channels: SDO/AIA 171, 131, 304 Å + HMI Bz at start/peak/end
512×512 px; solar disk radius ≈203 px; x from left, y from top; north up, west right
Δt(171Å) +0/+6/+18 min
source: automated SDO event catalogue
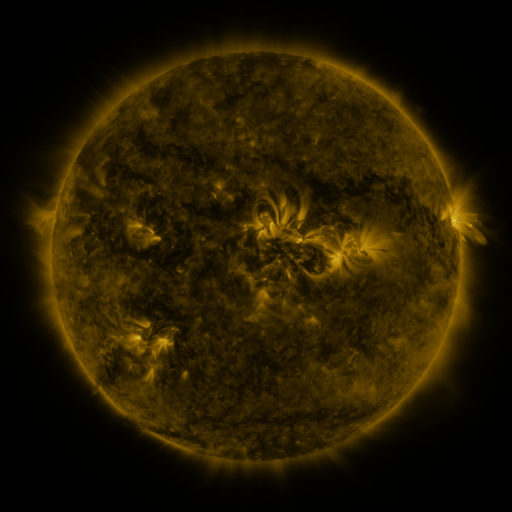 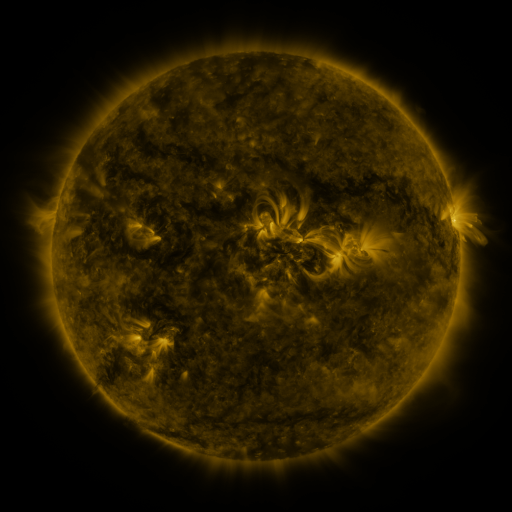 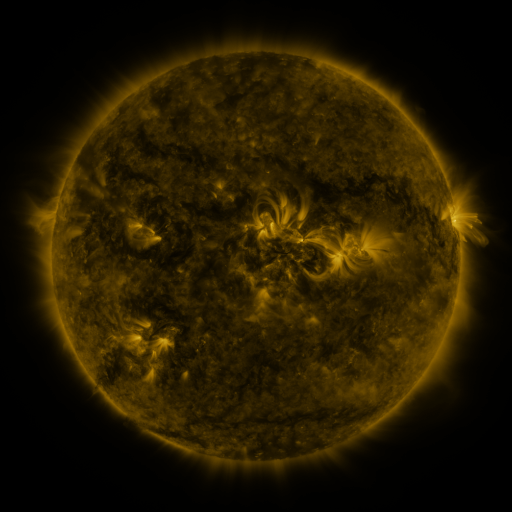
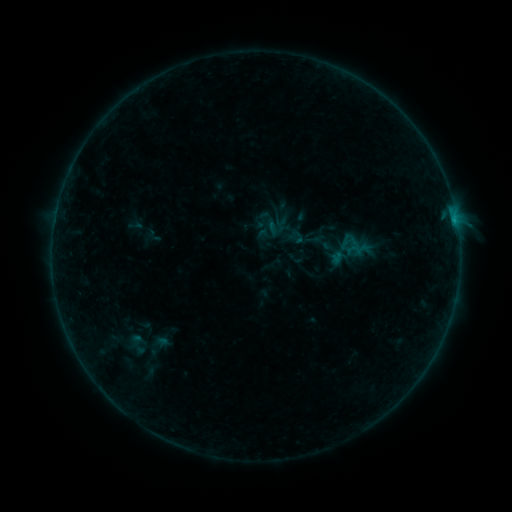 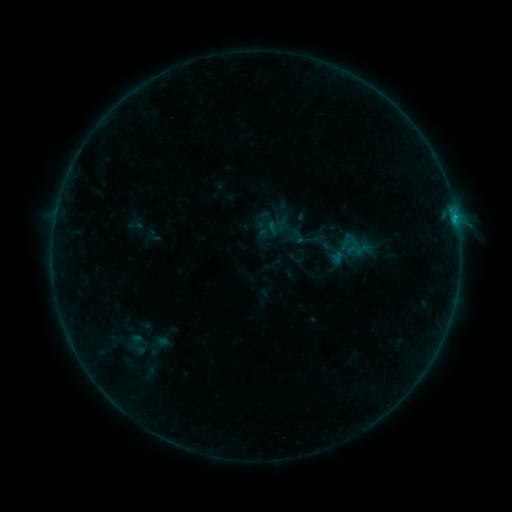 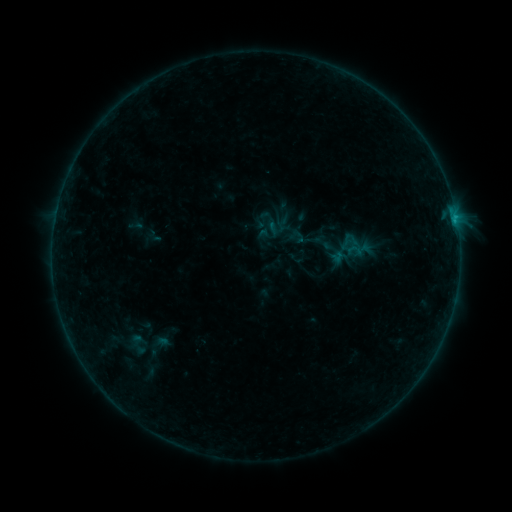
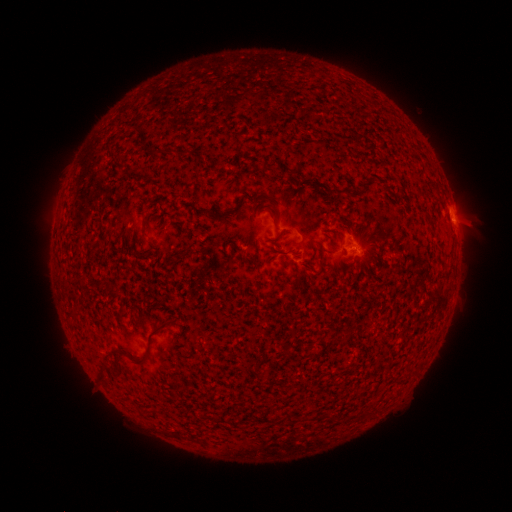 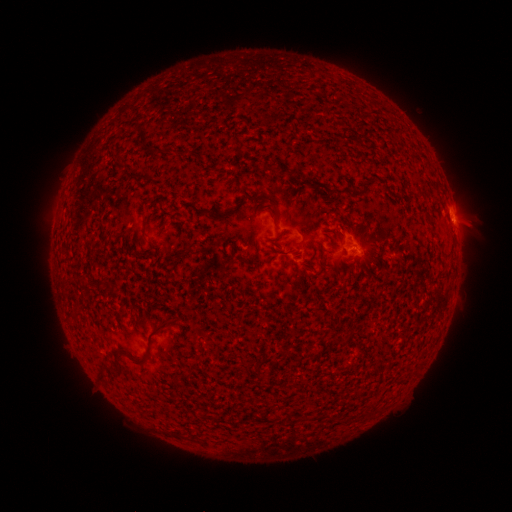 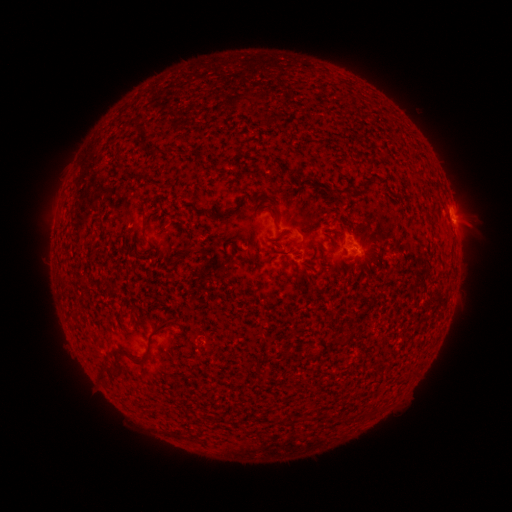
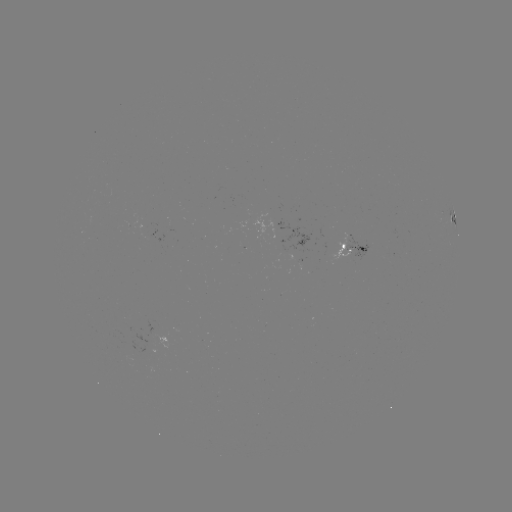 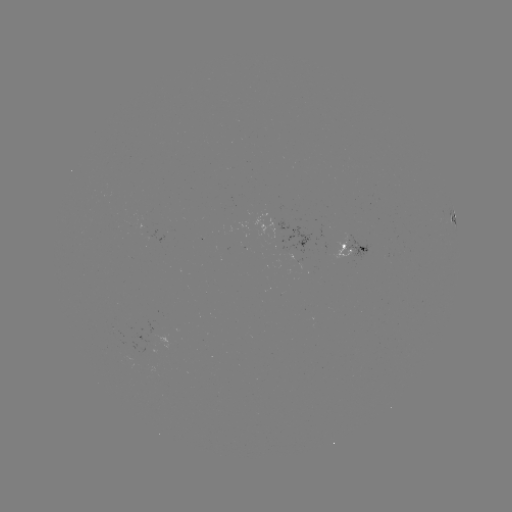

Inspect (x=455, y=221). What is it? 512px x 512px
B4.4 flare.